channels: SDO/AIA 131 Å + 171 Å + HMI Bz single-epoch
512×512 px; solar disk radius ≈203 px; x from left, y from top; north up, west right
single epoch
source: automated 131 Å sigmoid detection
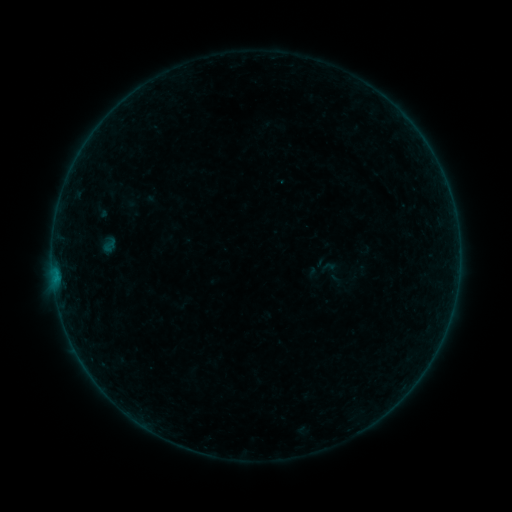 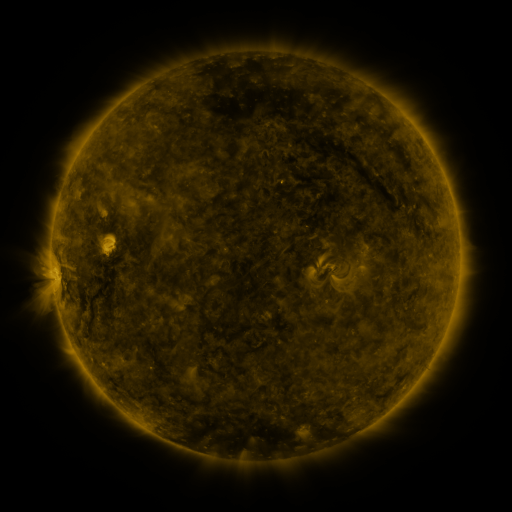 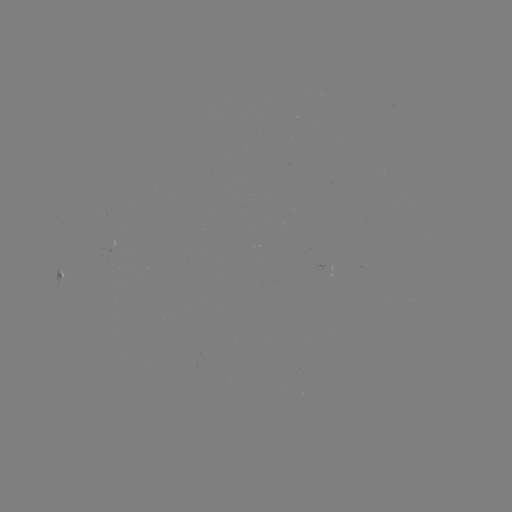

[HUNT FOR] sigmoid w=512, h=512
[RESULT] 109,245